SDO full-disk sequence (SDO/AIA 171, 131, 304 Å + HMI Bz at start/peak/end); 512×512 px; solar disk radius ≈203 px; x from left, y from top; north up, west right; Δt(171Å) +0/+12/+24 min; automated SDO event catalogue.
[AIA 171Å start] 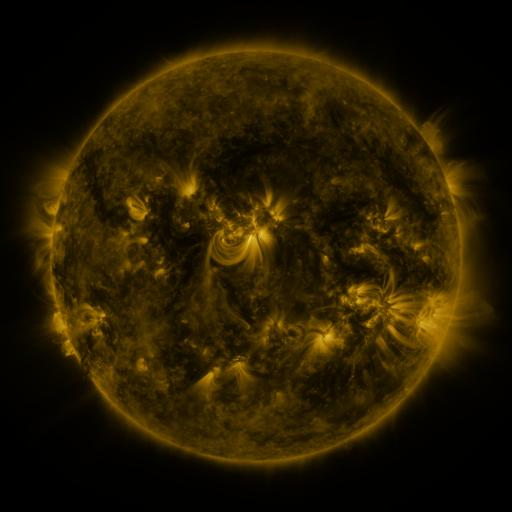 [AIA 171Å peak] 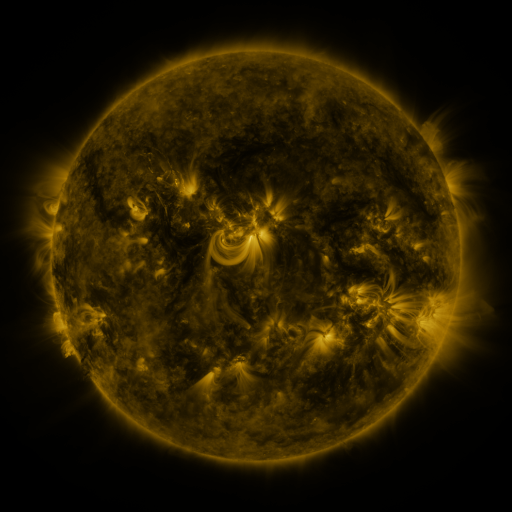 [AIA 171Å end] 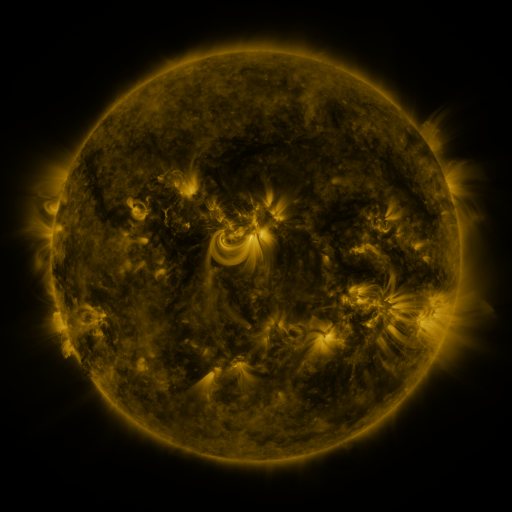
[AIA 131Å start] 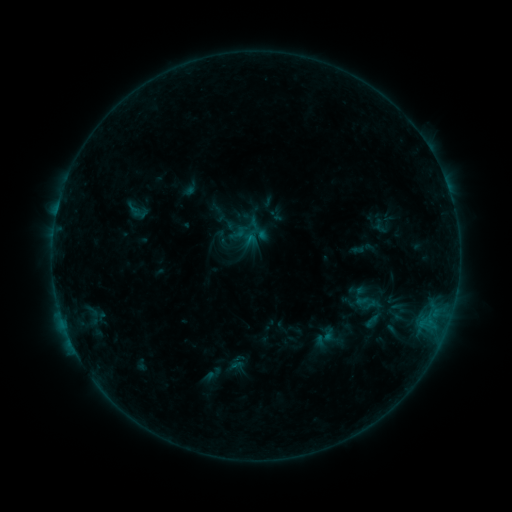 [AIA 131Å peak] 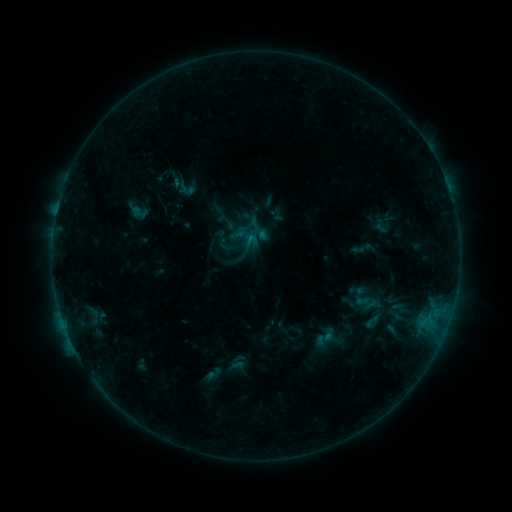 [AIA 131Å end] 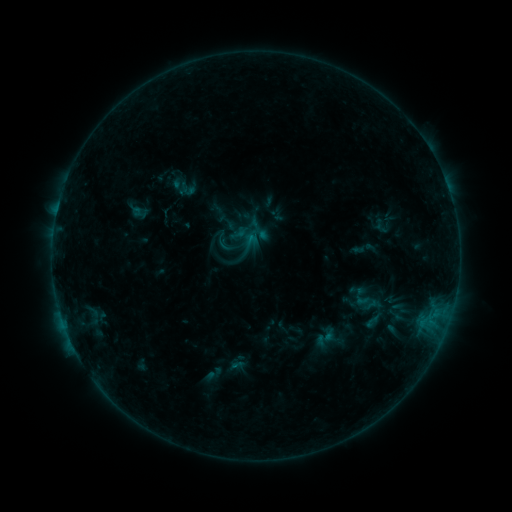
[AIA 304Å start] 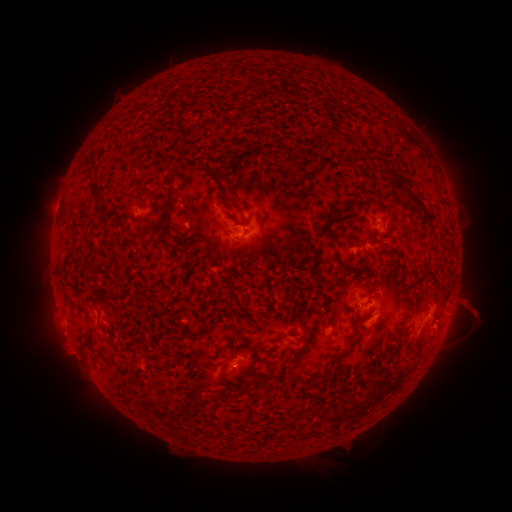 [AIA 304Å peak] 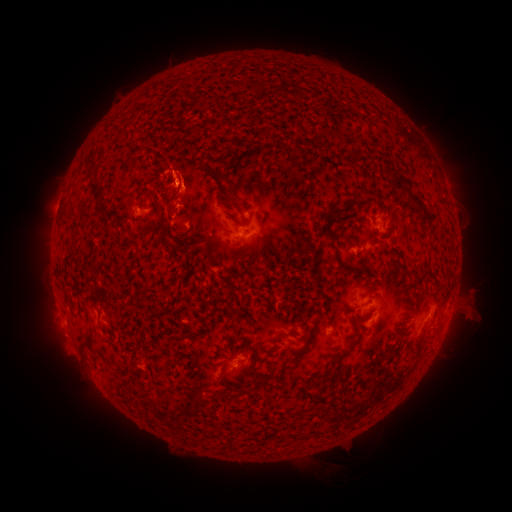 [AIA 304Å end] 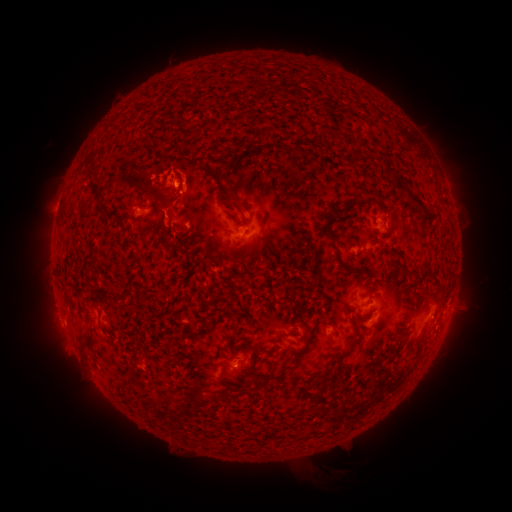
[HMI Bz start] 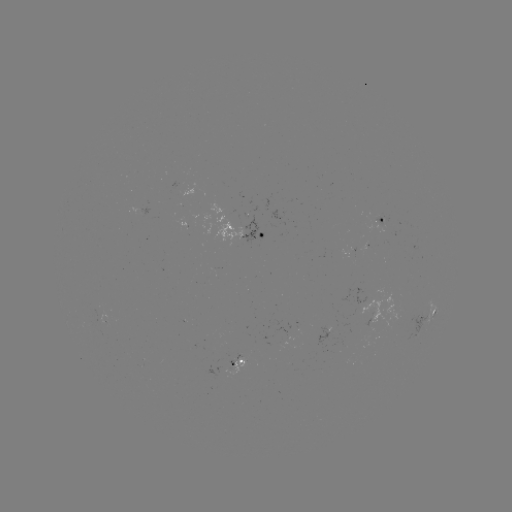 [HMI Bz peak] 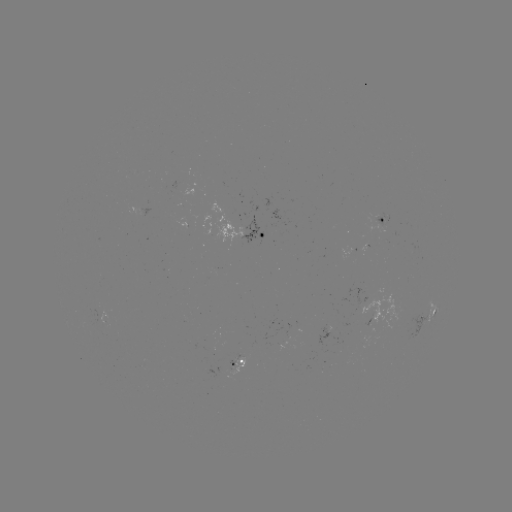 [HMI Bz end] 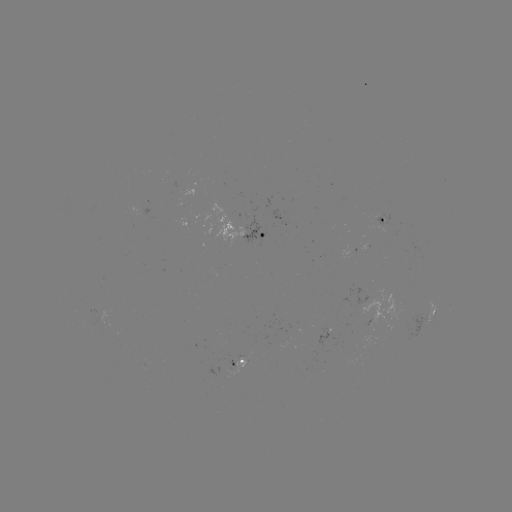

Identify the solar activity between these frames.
eruption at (166, 180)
